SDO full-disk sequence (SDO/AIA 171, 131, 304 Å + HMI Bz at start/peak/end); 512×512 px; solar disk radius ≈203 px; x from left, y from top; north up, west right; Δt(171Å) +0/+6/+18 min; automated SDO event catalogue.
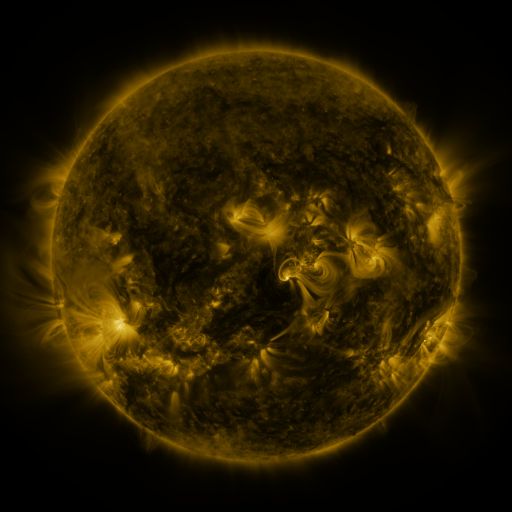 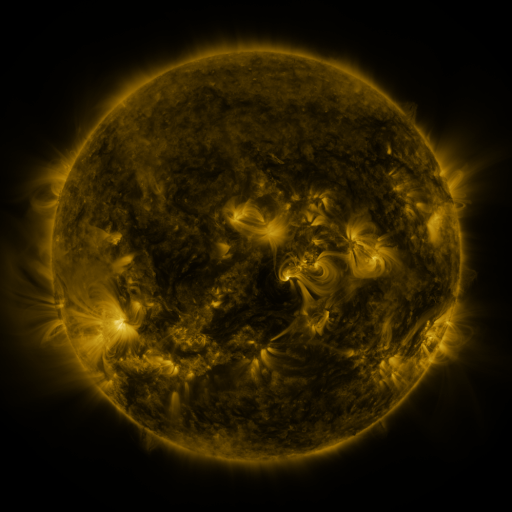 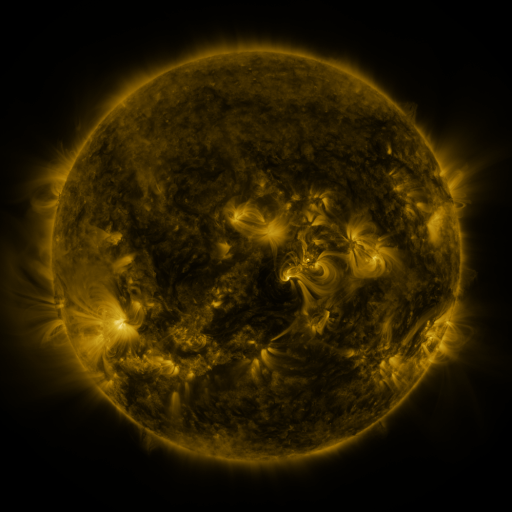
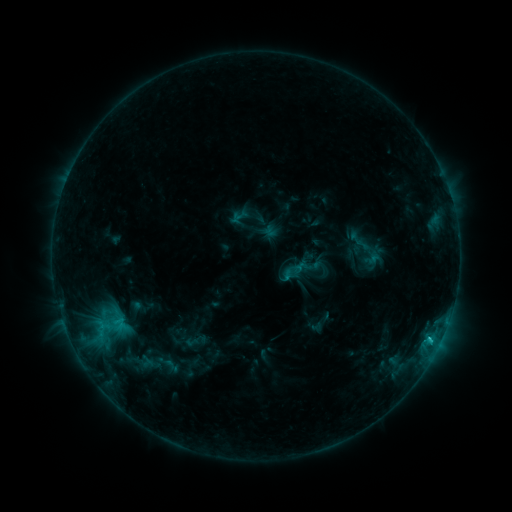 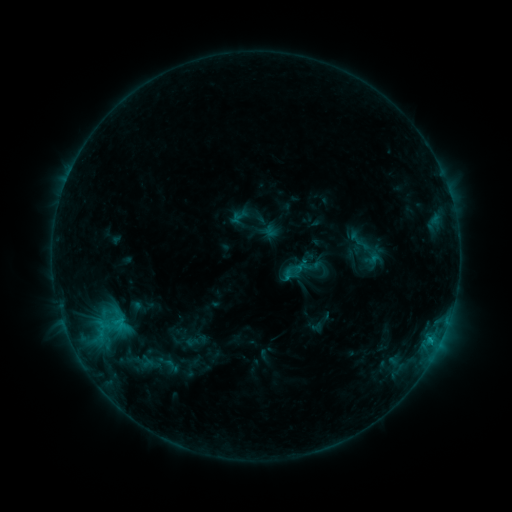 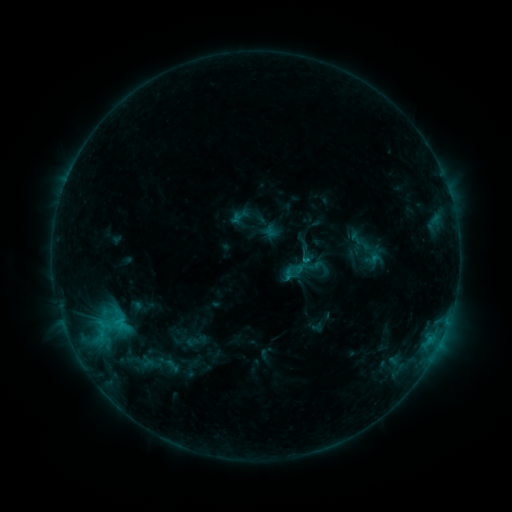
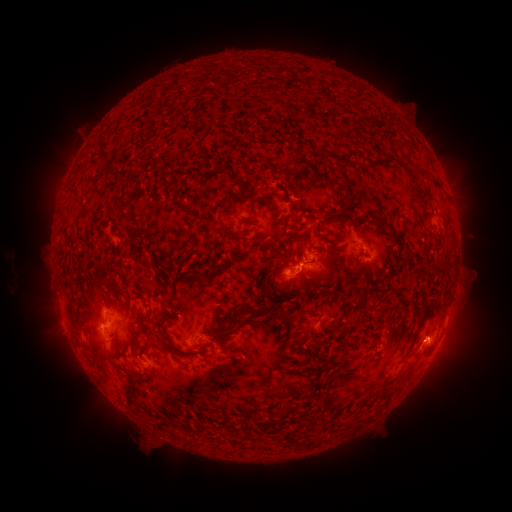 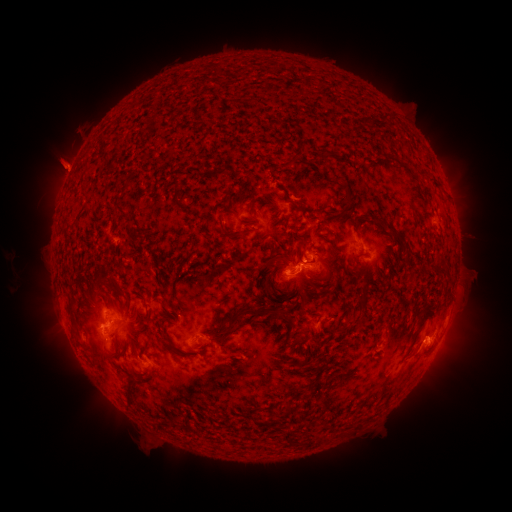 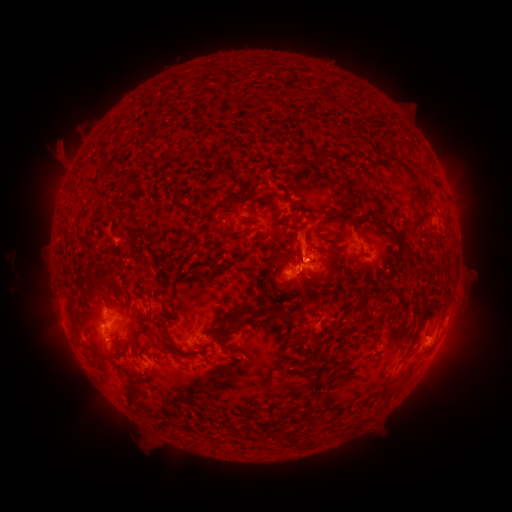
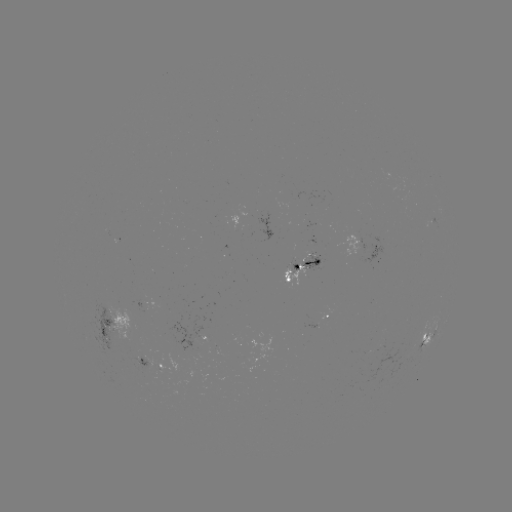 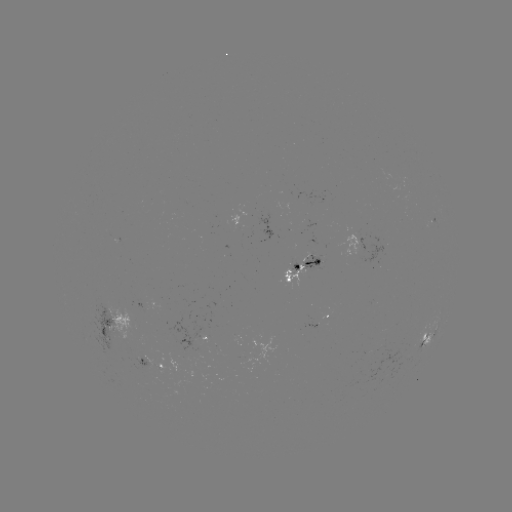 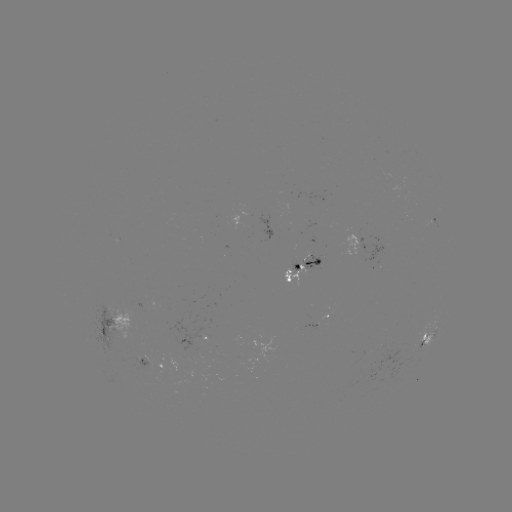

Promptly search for eruption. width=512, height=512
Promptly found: [63, 164].